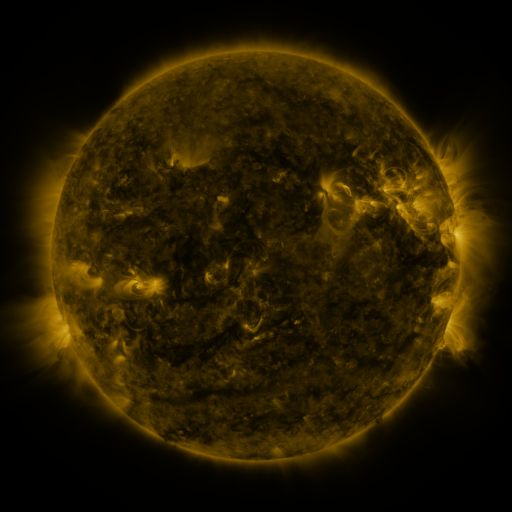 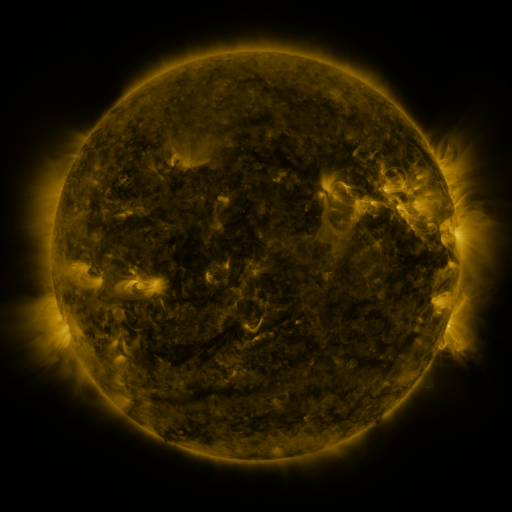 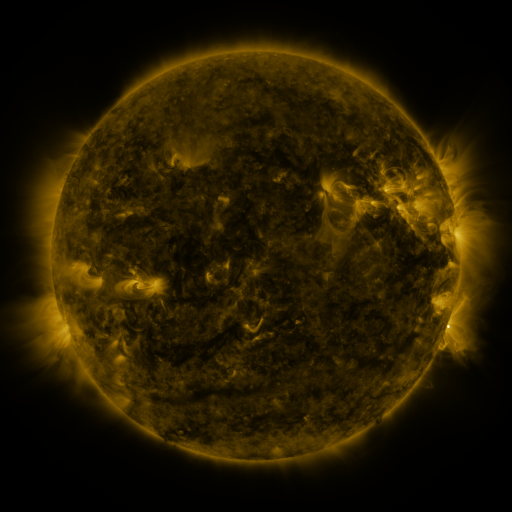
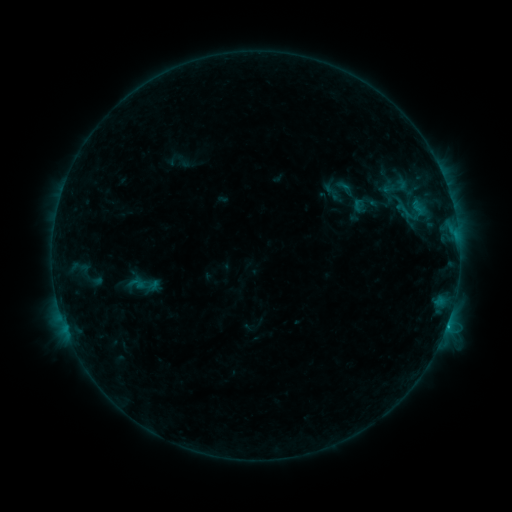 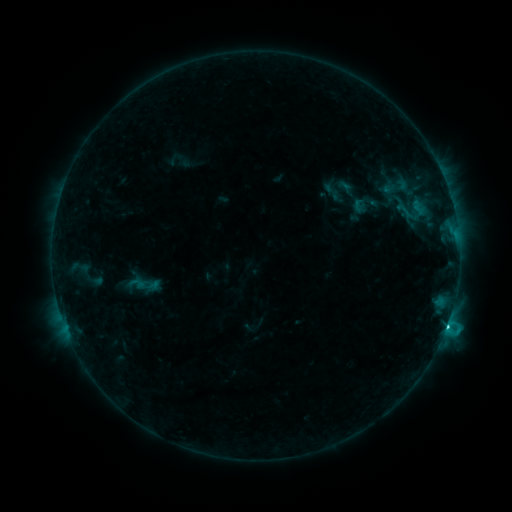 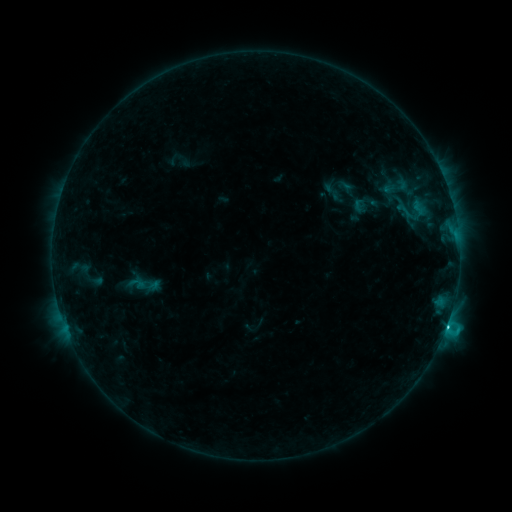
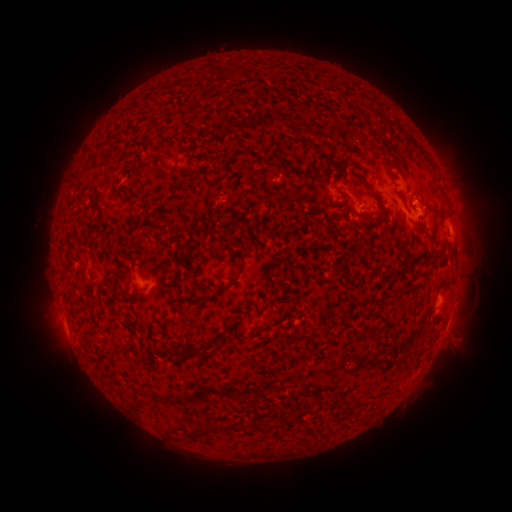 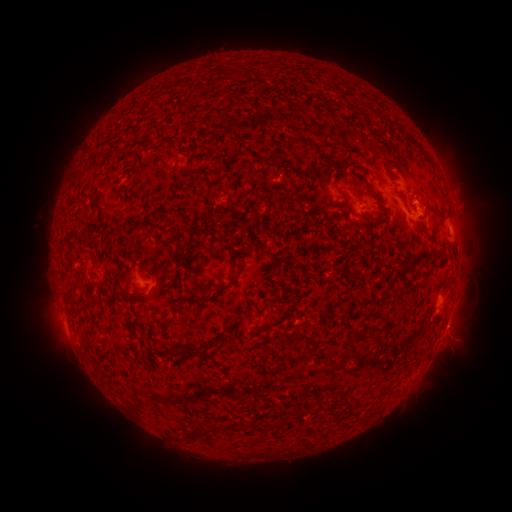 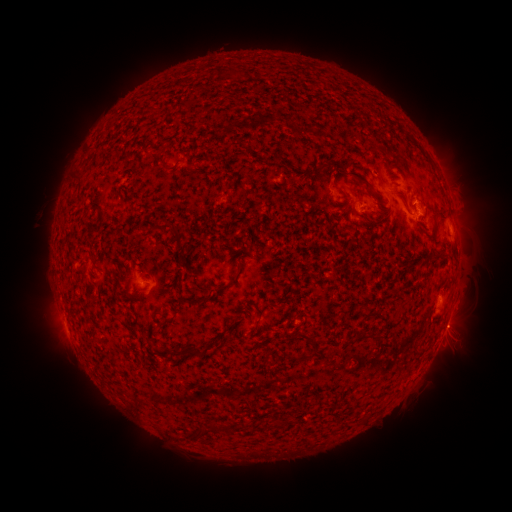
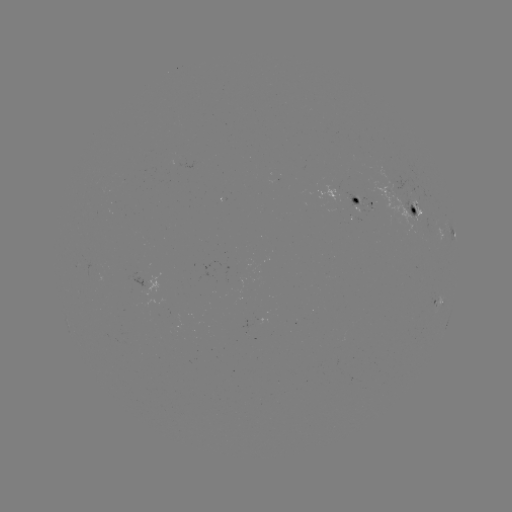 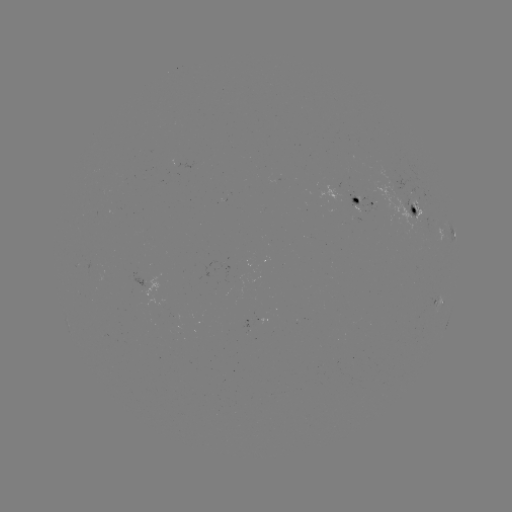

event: flare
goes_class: C1.7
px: (446, 323)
